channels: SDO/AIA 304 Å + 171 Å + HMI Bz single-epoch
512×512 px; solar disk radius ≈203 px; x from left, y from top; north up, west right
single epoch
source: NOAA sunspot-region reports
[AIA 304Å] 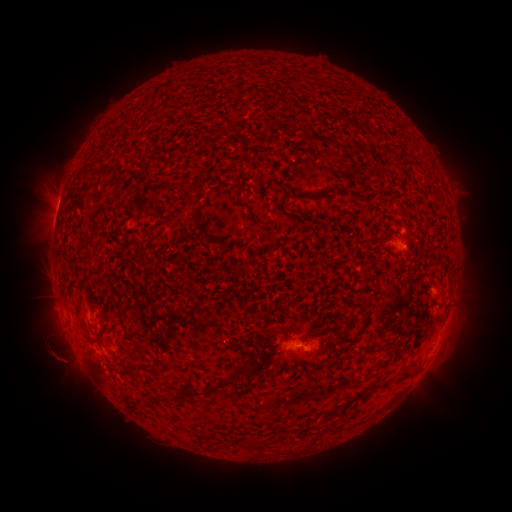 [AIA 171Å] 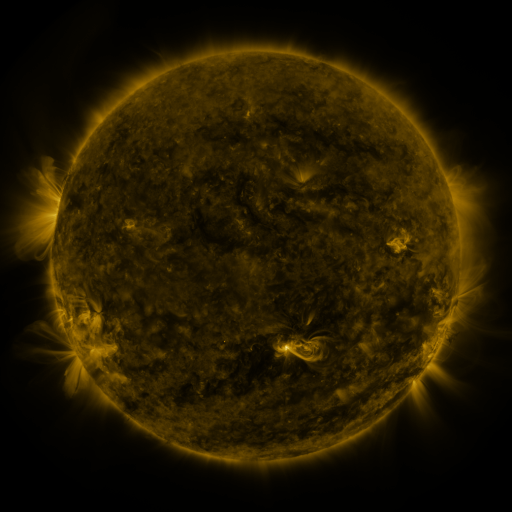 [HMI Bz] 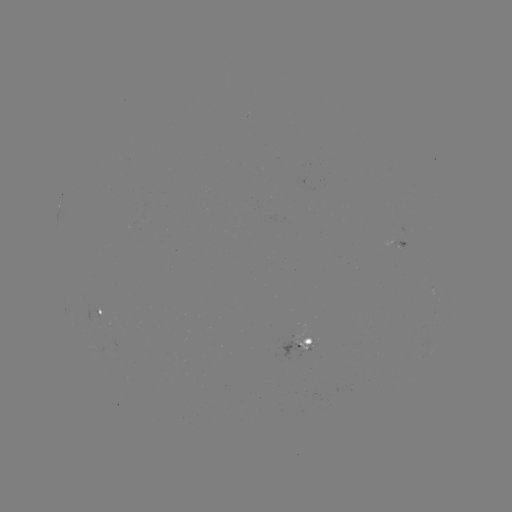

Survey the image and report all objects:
spotted active region: (454, 297)
spotted active region: (99, 314)
spotted active region: (299, 342)
